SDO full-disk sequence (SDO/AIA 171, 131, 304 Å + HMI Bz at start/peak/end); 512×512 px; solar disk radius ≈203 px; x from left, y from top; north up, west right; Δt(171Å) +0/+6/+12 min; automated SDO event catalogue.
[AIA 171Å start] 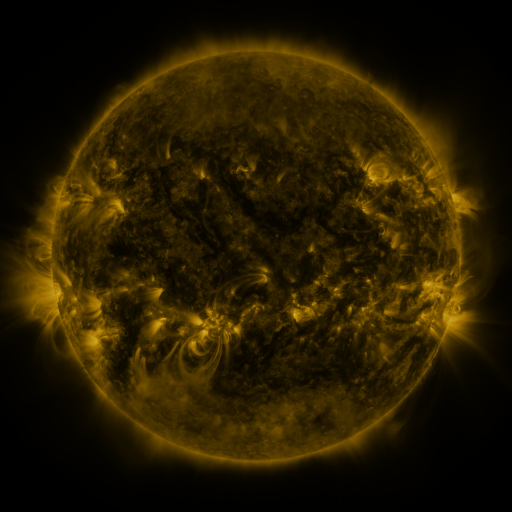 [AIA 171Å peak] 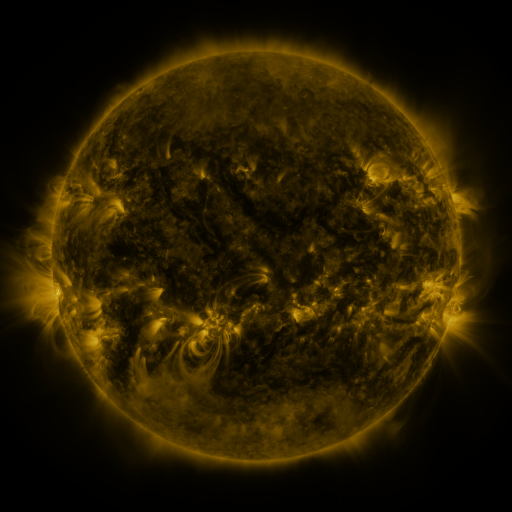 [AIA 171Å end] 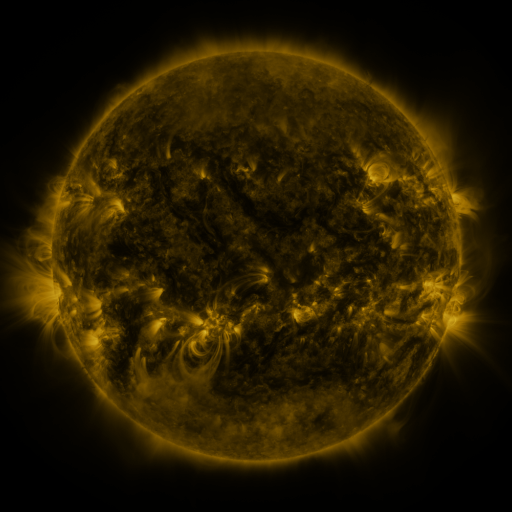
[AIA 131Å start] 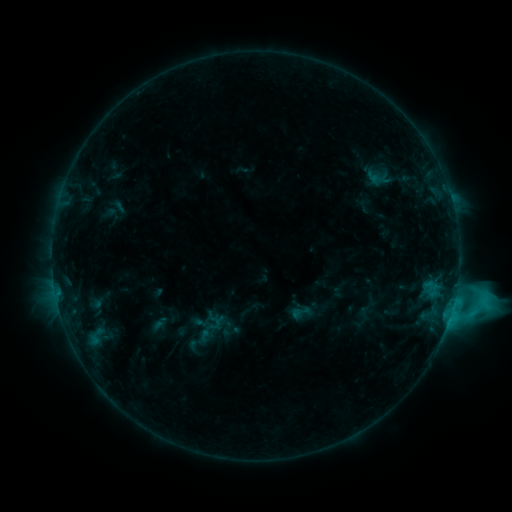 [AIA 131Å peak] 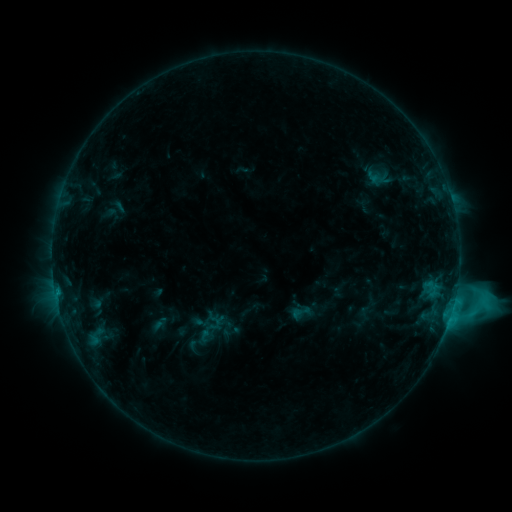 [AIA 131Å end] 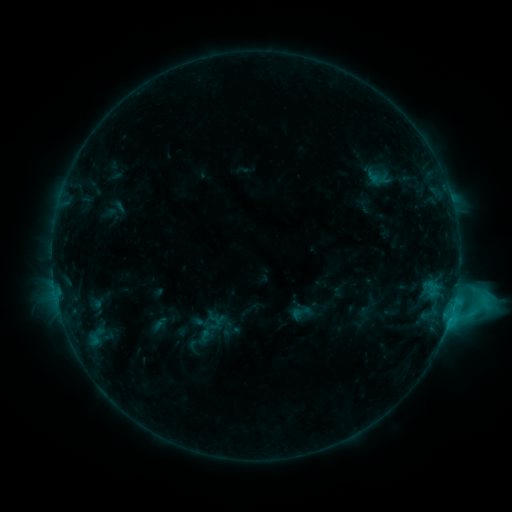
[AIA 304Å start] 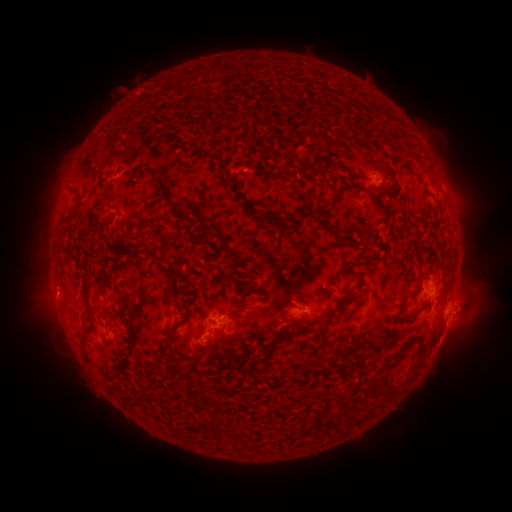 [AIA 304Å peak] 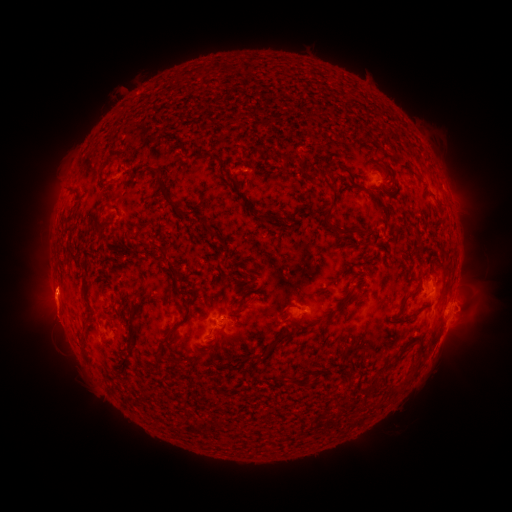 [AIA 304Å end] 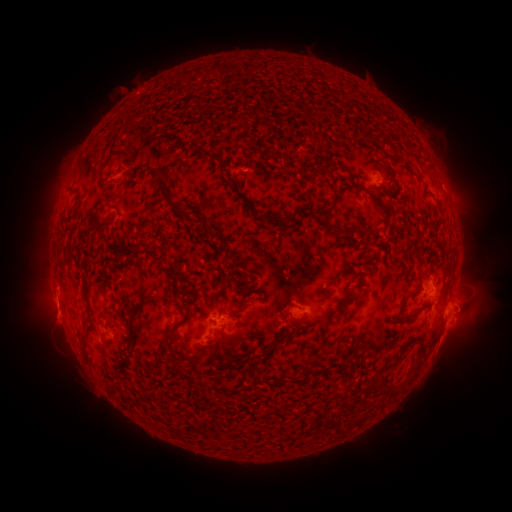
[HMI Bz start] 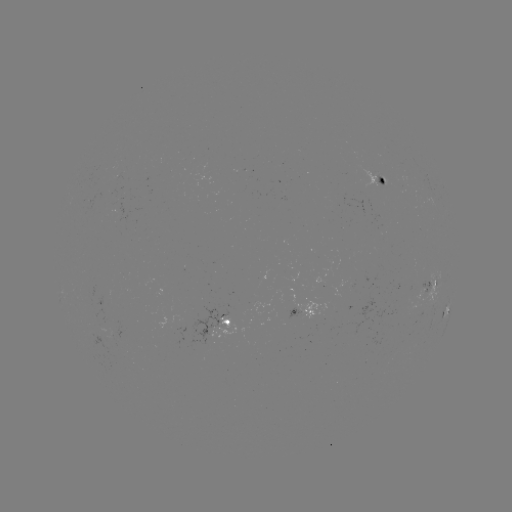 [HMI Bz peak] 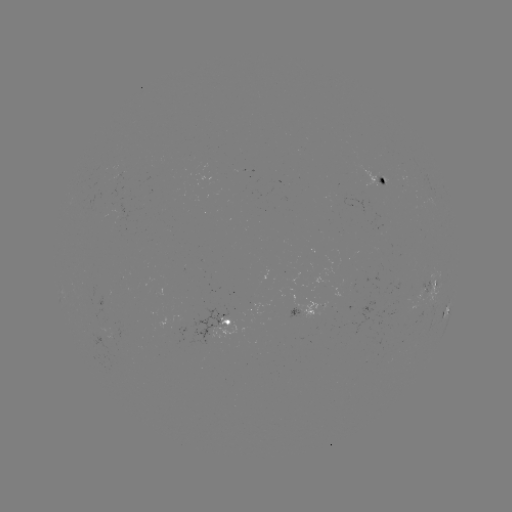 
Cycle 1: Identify eruption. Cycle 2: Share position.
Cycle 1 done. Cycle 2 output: (52, 301).